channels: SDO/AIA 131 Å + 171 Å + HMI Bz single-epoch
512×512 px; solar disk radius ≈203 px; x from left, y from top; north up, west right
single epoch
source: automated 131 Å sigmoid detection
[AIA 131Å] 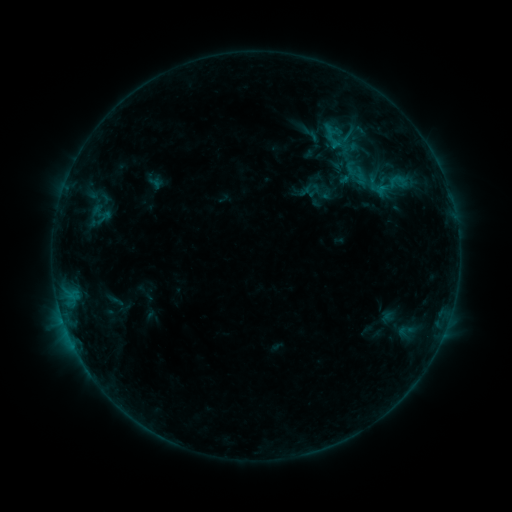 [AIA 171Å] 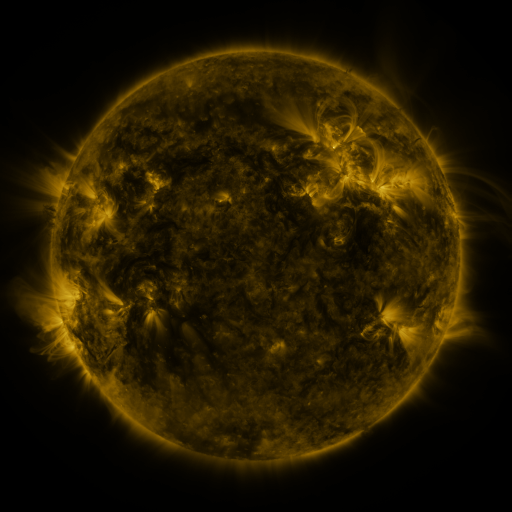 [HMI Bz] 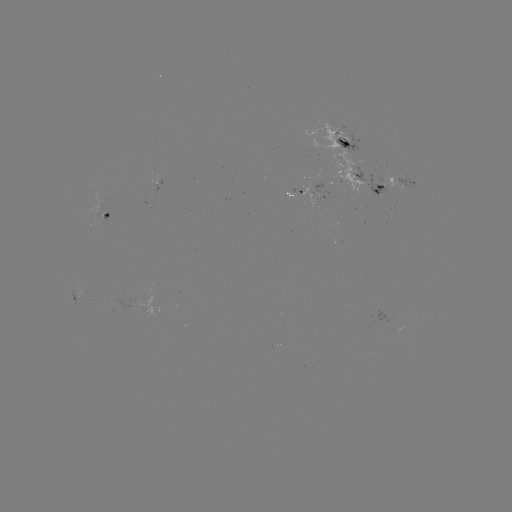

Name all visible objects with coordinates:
sigmoid: <bbox>322, 130, 365, 161</bbox>
sigmoid: <bbox>381, 169, 414, 196</bbox>
